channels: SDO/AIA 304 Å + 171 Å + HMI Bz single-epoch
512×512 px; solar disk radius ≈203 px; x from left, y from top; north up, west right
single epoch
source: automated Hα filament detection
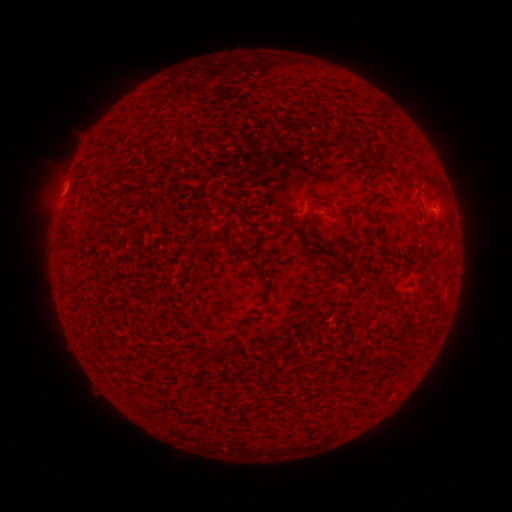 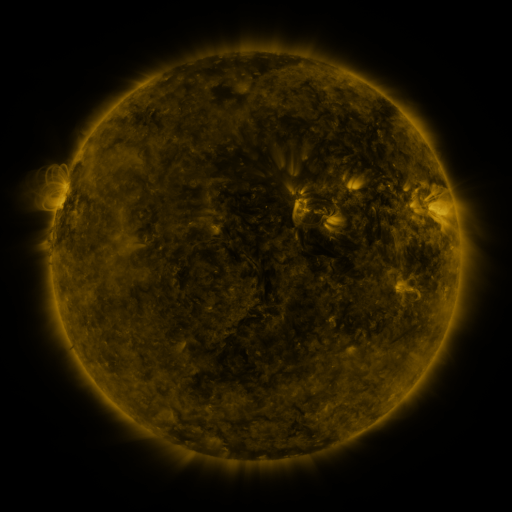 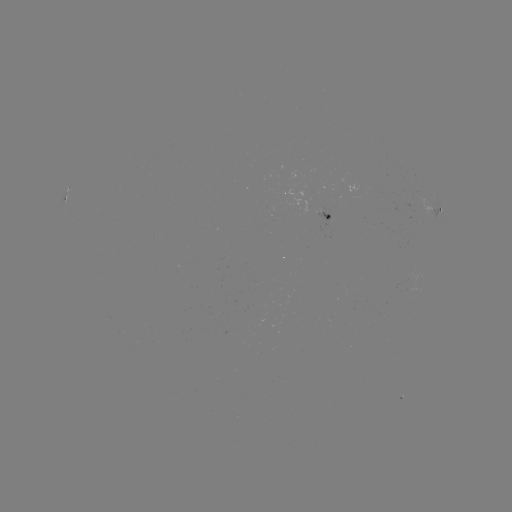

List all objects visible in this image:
filament: (374, 100, 384, 110)
filament: (145, 114, 155, 122)
filament: (314, 195, 334, 203)
filament: (300, 223, 311, 254)
filament: (206, 234, 235, 248)
filament: (235, 243, 265, 279)
filament: (324, 254, 342, 283)
filament: (201, 343, 228, 365)
filament: (297, 409, 306, 422)
